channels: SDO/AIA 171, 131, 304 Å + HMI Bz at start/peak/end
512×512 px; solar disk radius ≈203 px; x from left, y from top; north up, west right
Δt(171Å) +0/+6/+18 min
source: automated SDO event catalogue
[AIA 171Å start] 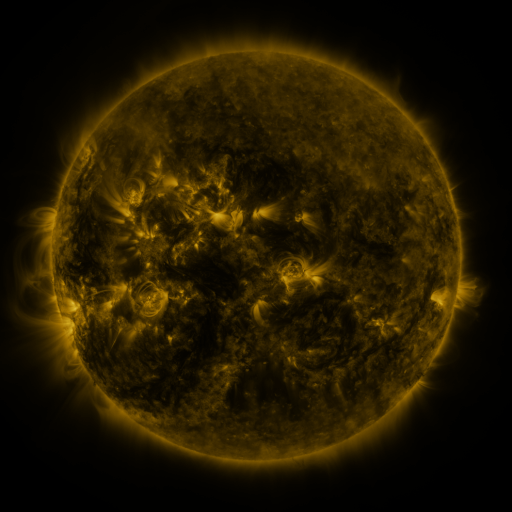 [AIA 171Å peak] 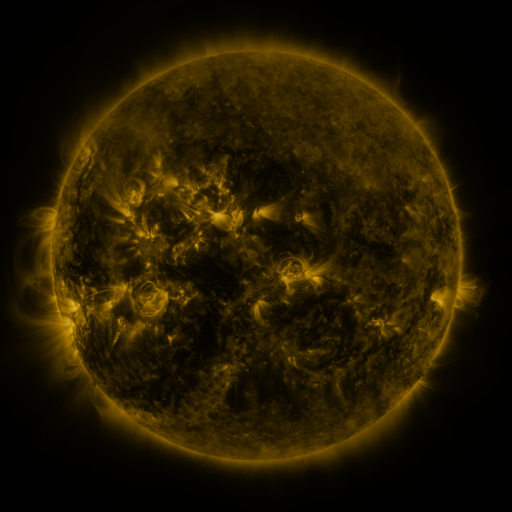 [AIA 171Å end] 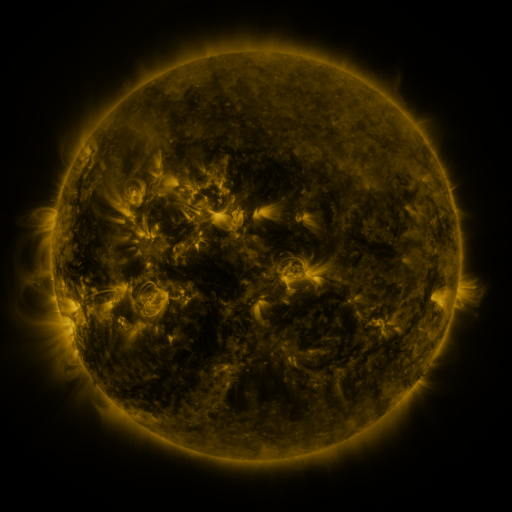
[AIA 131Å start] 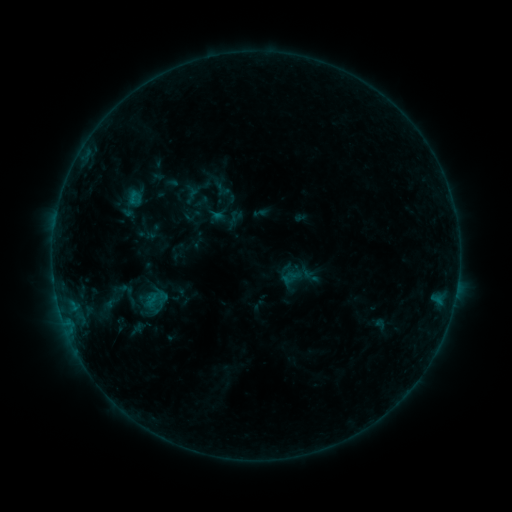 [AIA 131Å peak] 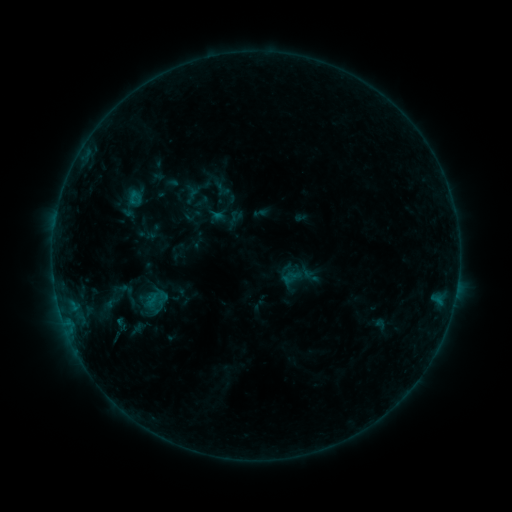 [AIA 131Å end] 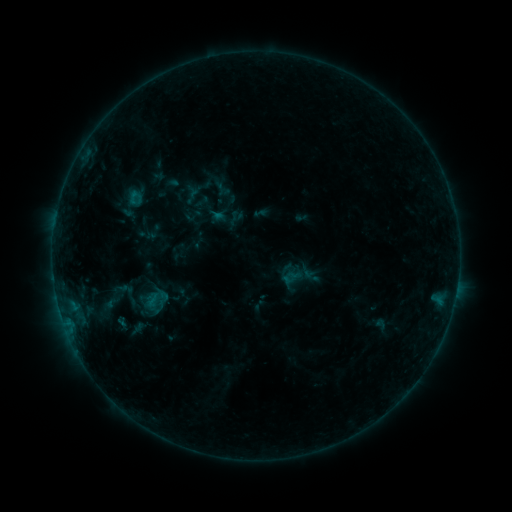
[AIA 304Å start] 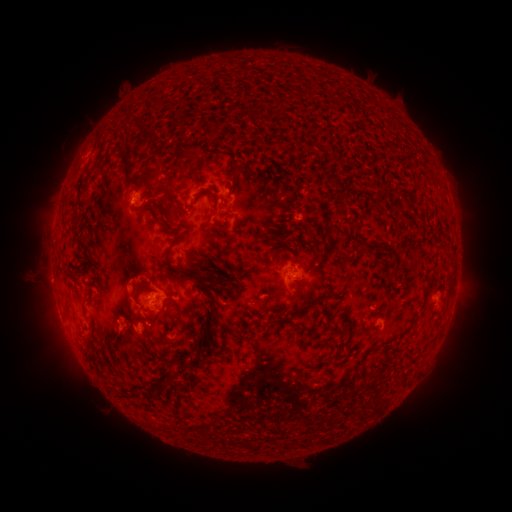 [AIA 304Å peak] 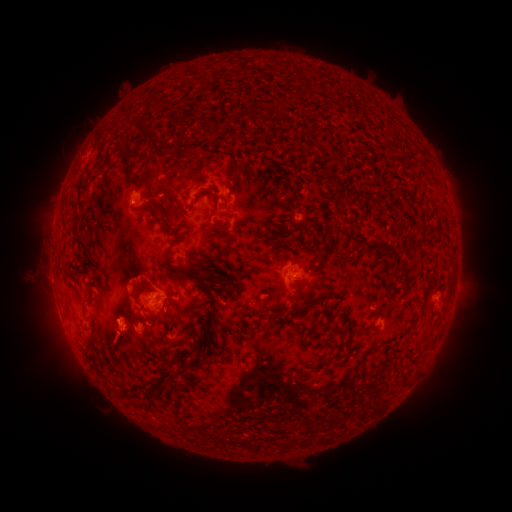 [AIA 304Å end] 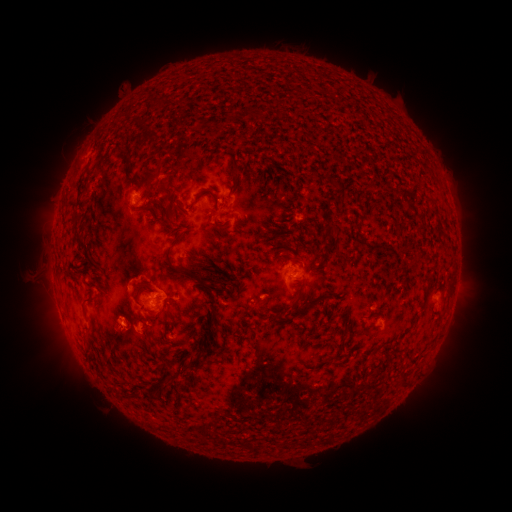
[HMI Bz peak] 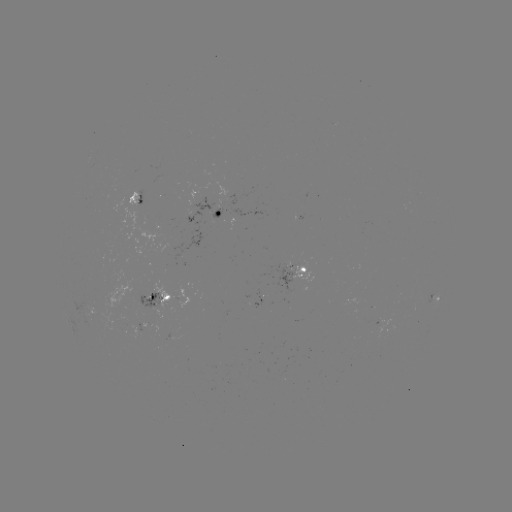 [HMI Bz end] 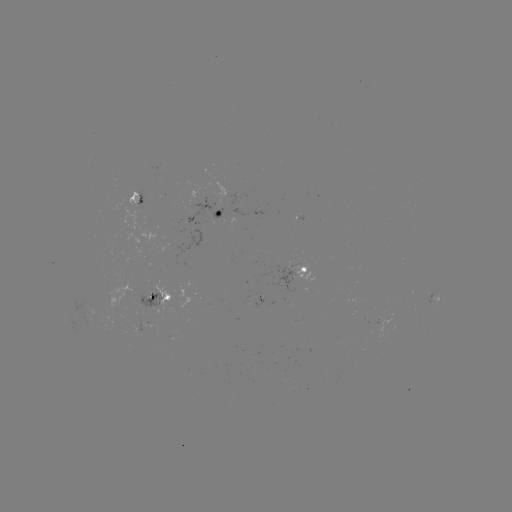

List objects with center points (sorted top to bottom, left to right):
eruption: (116, 344)
